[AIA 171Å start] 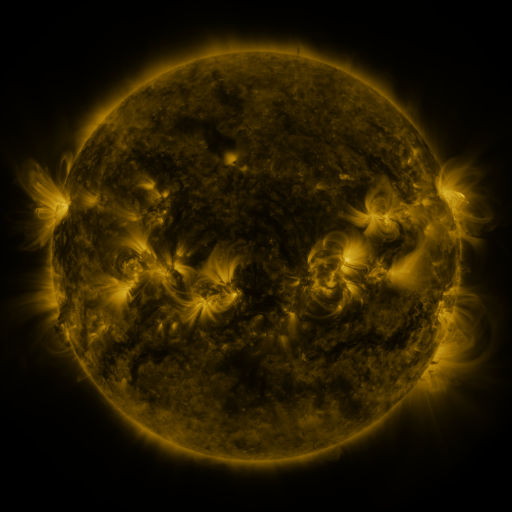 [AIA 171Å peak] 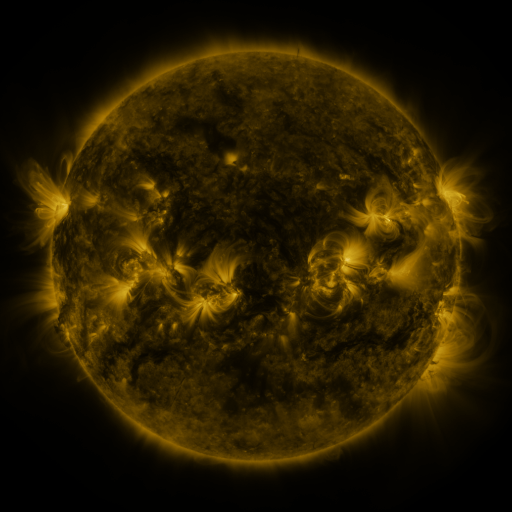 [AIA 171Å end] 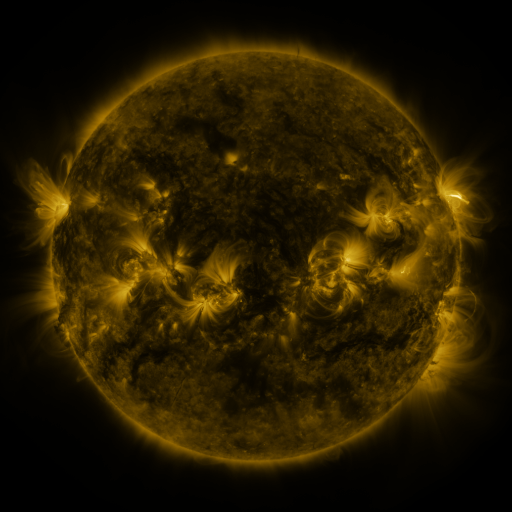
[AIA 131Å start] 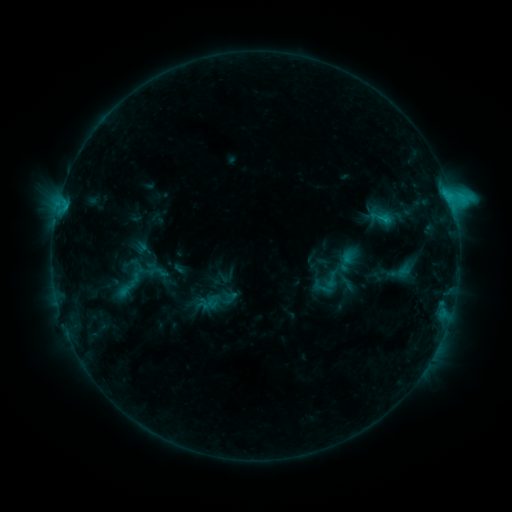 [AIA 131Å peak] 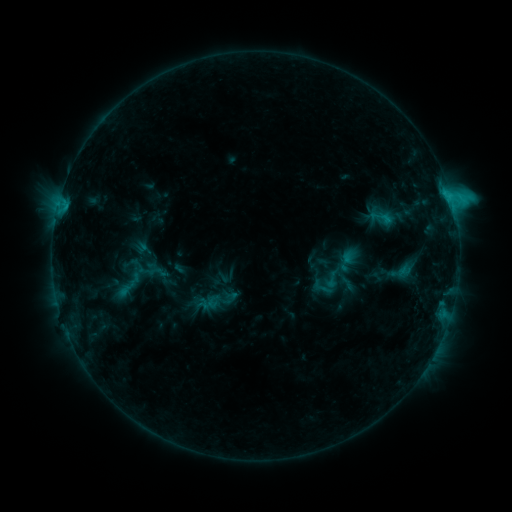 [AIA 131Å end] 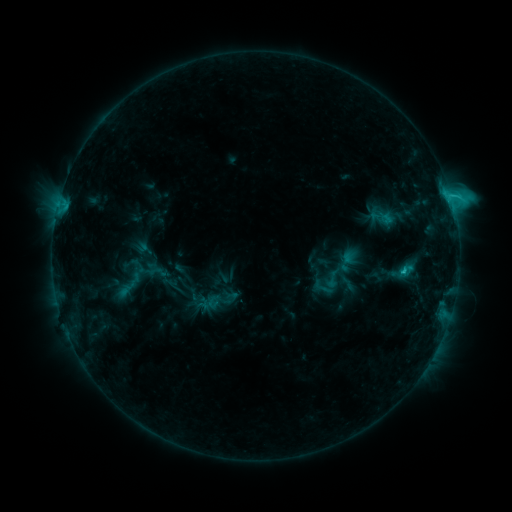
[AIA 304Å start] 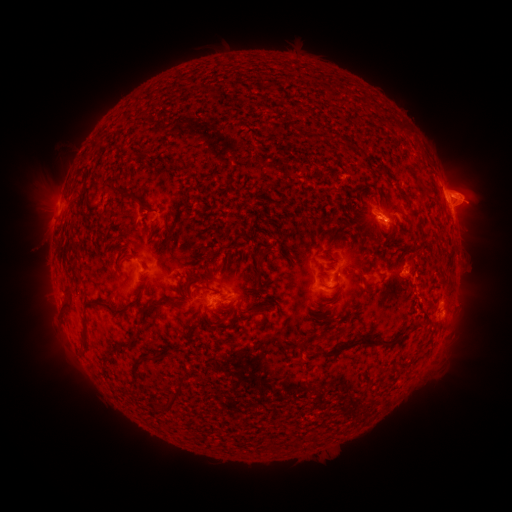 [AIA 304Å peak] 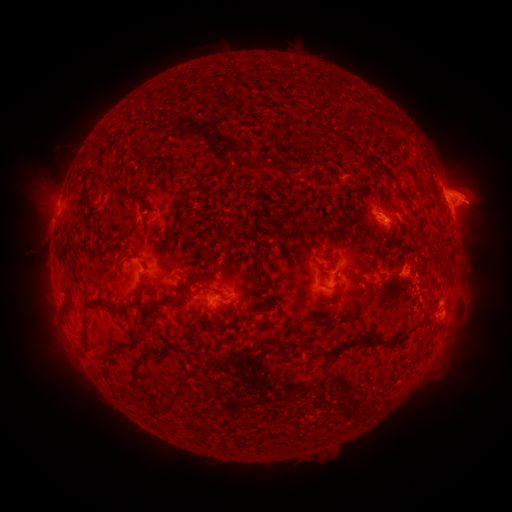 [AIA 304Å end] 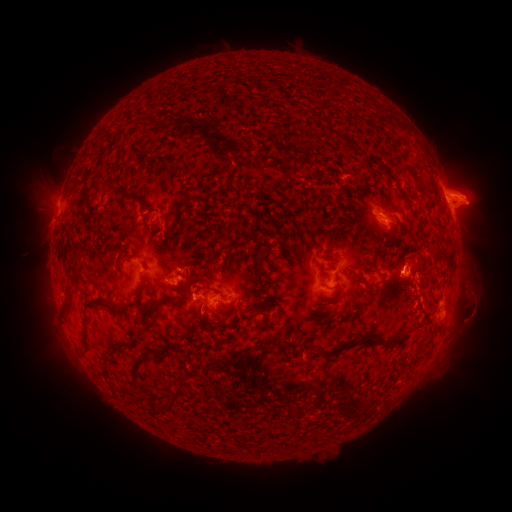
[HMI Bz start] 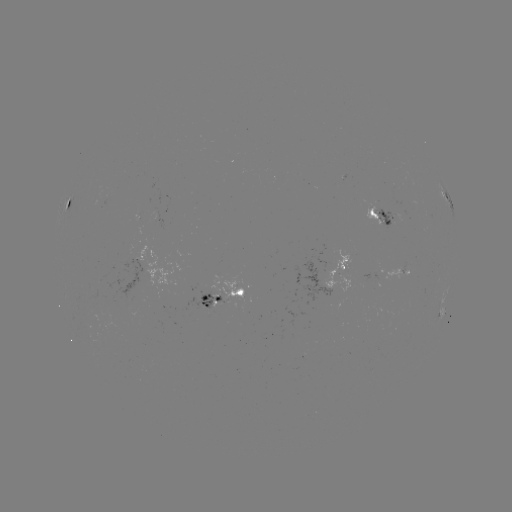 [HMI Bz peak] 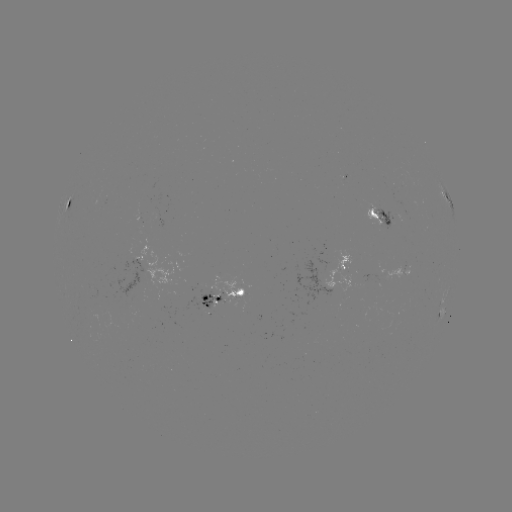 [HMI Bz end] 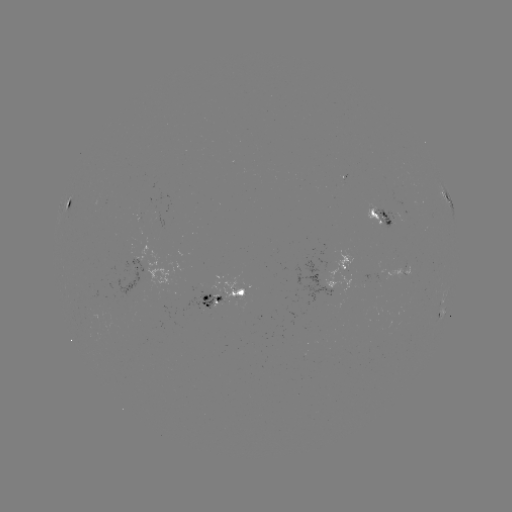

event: eruption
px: (470, 298)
